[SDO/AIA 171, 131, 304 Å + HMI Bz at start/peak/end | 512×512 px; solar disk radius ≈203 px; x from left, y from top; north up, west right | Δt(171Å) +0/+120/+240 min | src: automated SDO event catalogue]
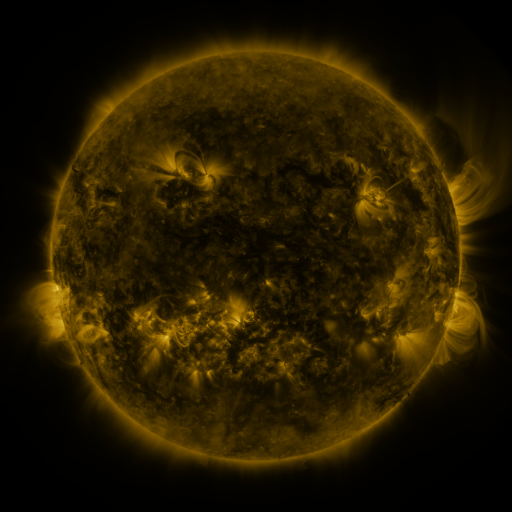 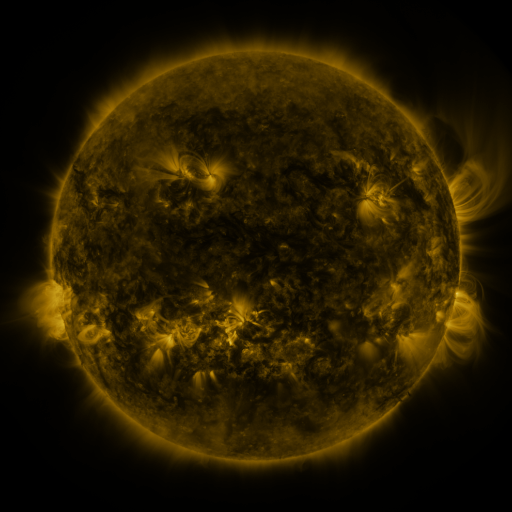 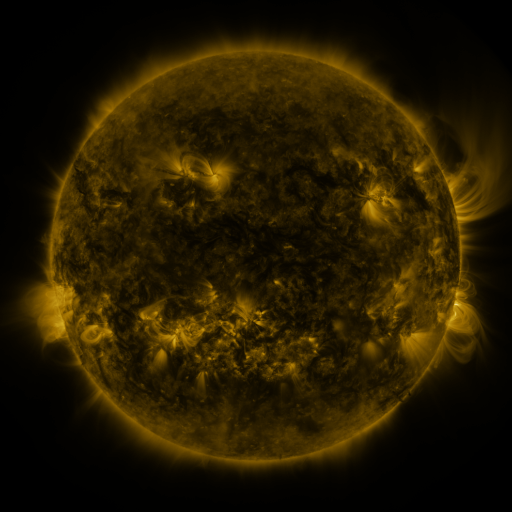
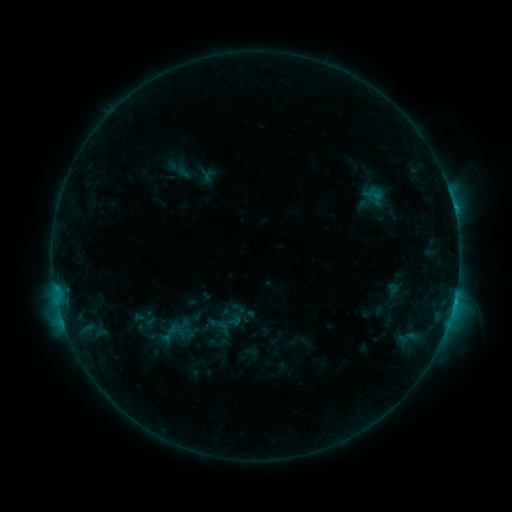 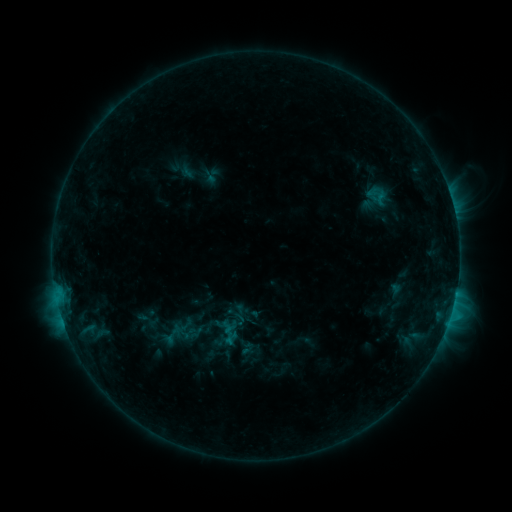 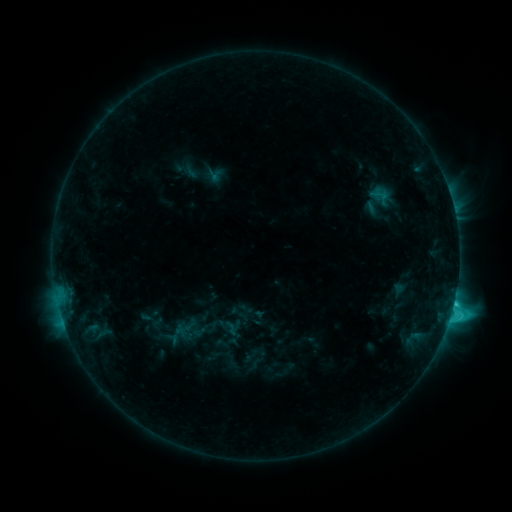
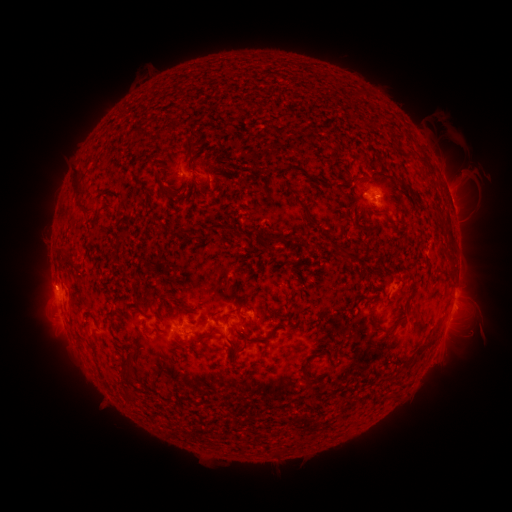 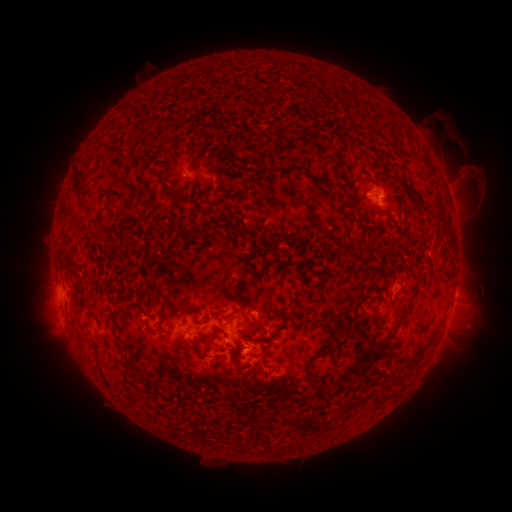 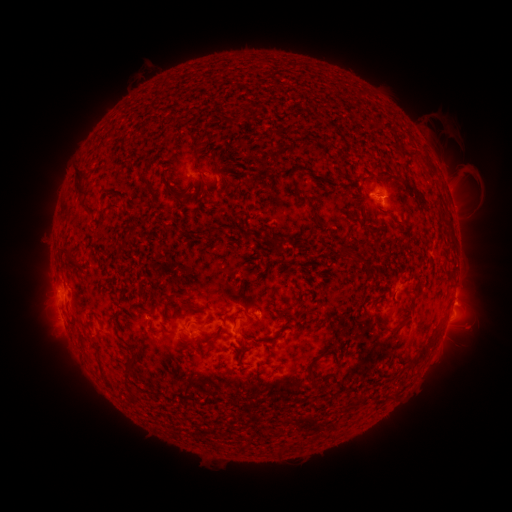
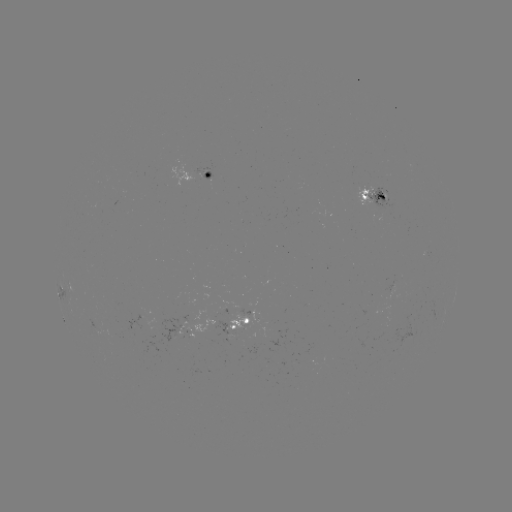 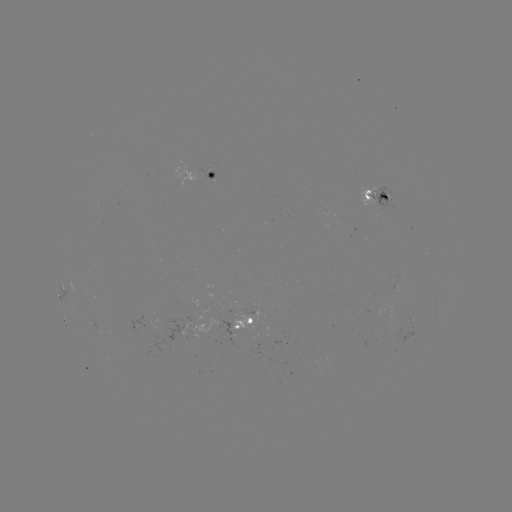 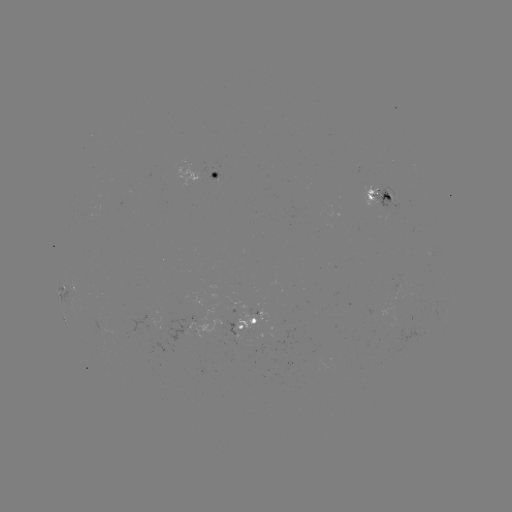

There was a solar filament eruption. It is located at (224, 356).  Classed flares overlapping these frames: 2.